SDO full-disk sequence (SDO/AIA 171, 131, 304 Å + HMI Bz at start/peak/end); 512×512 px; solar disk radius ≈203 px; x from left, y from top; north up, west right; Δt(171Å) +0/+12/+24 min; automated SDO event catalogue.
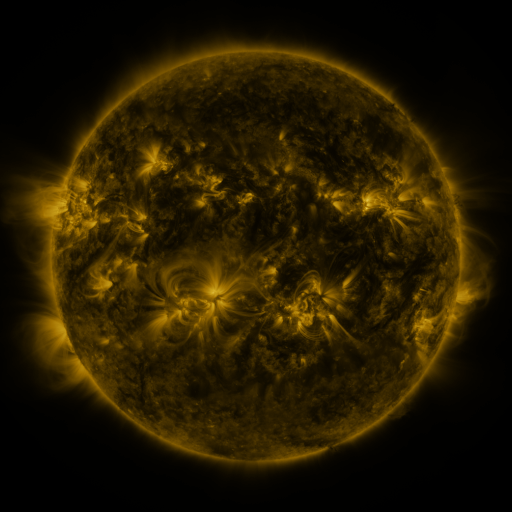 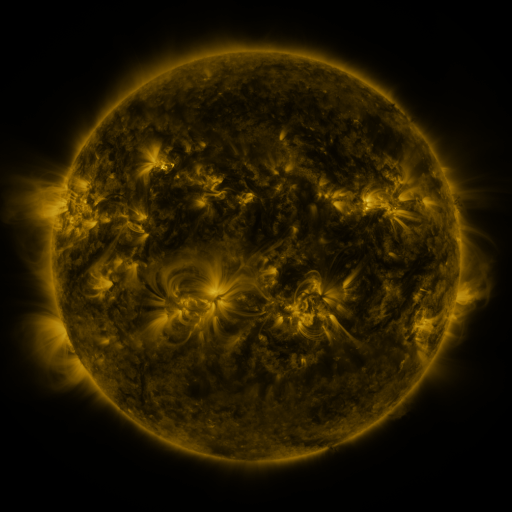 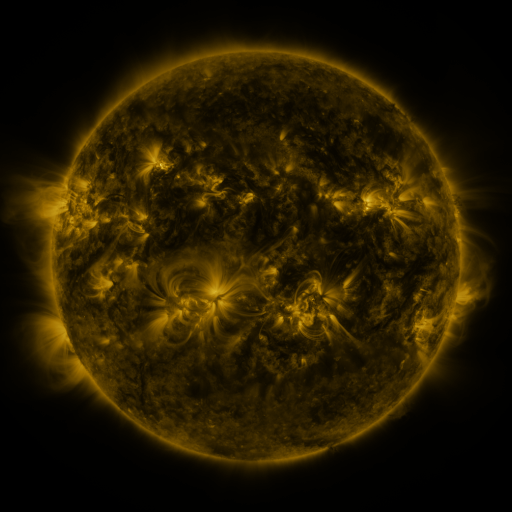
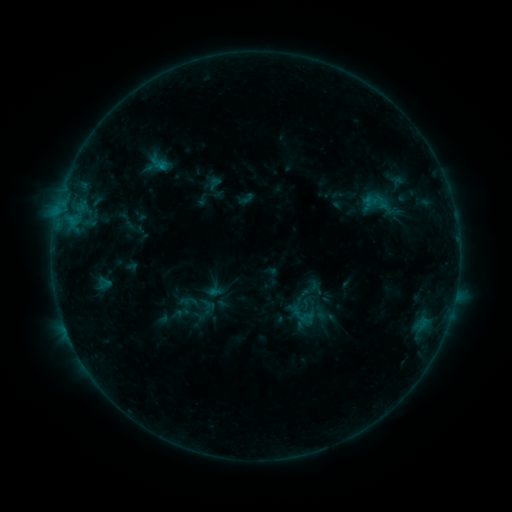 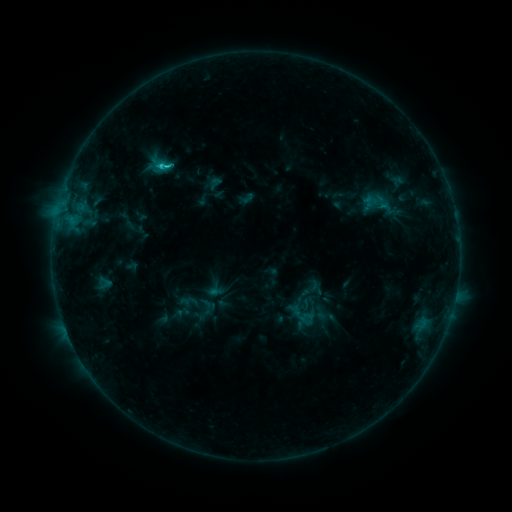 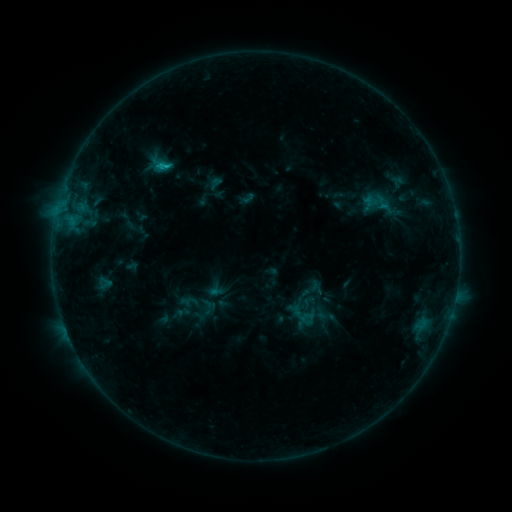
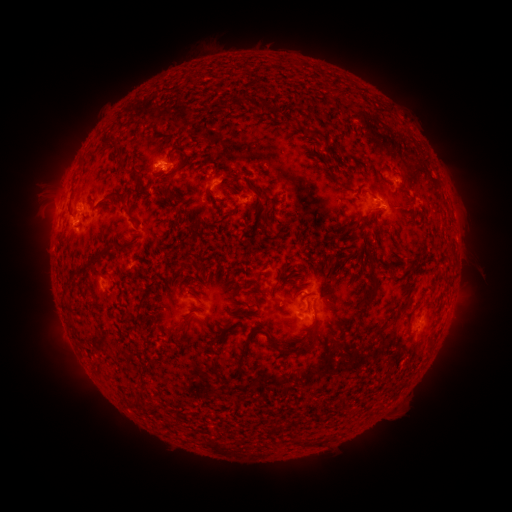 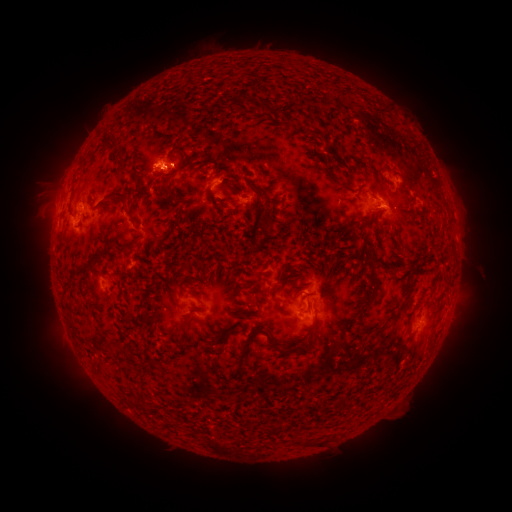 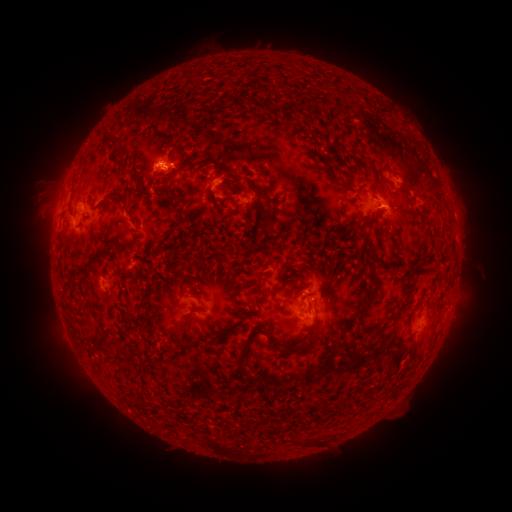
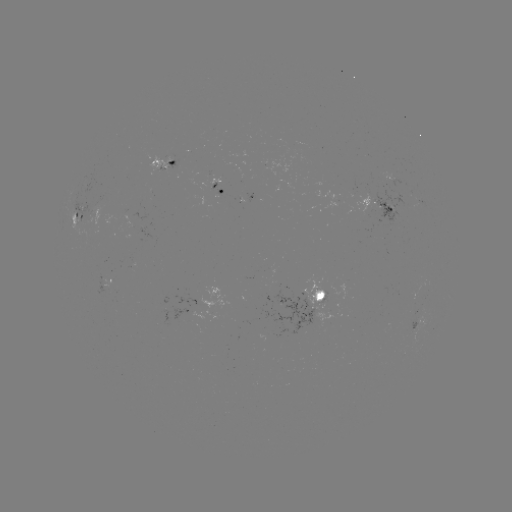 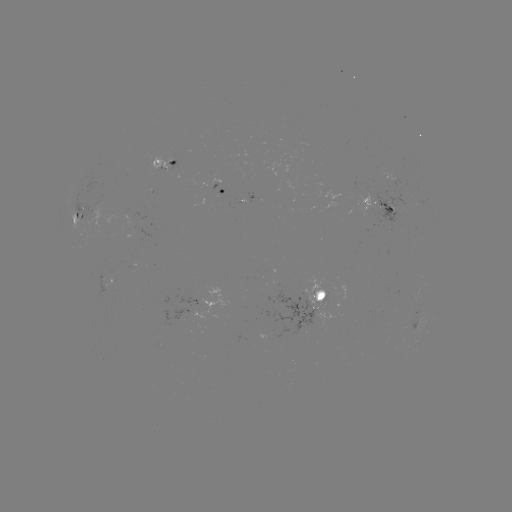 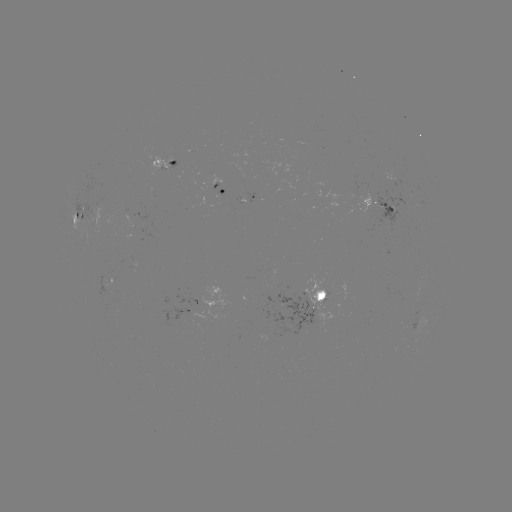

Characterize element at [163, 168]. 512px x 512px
C1.4 flare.